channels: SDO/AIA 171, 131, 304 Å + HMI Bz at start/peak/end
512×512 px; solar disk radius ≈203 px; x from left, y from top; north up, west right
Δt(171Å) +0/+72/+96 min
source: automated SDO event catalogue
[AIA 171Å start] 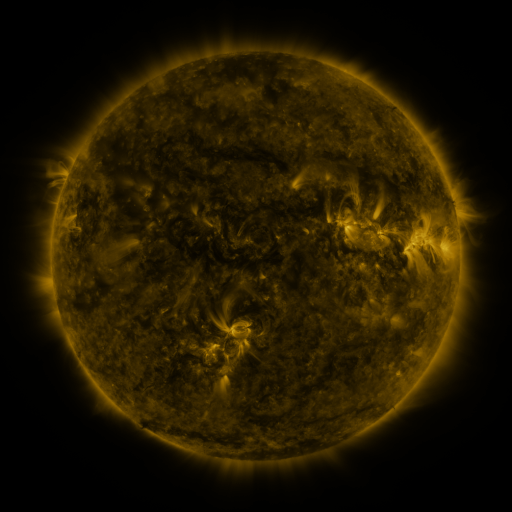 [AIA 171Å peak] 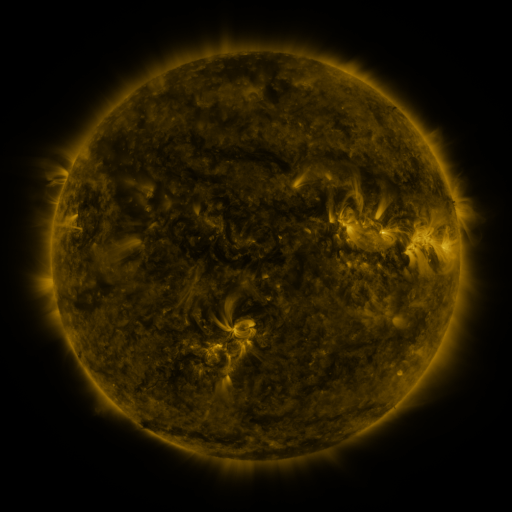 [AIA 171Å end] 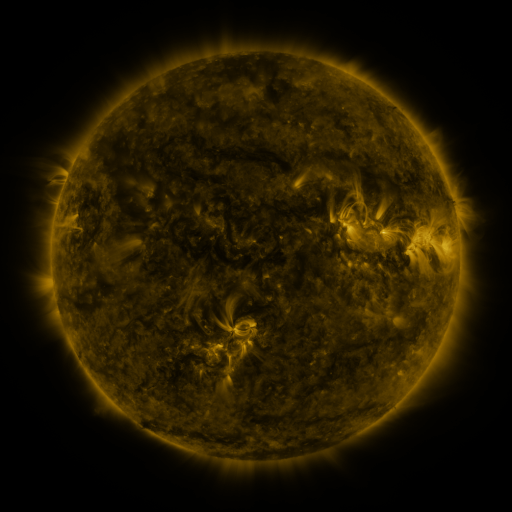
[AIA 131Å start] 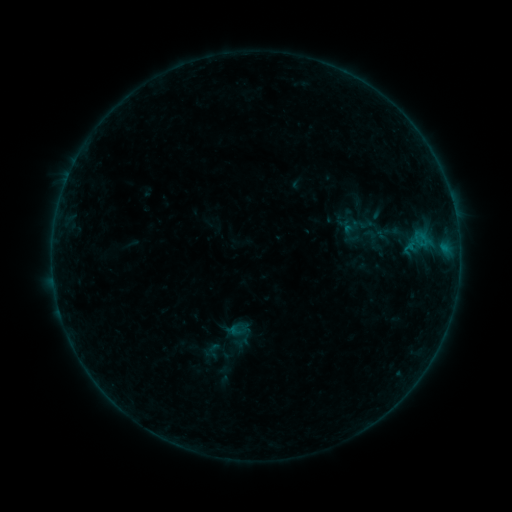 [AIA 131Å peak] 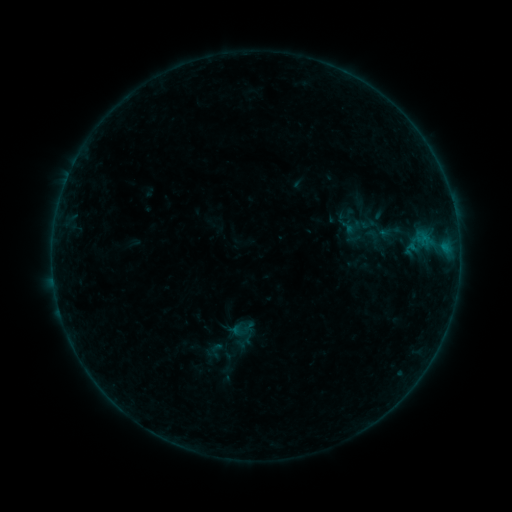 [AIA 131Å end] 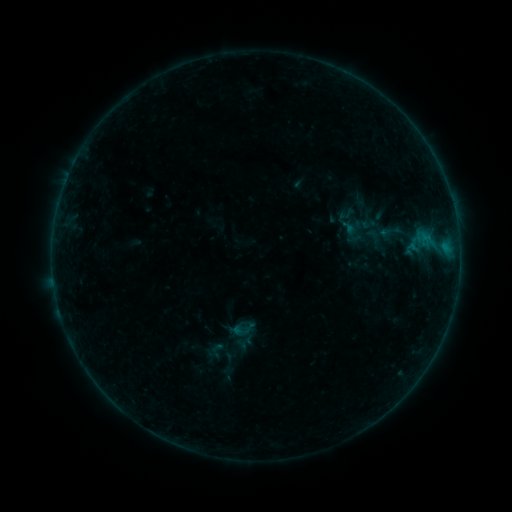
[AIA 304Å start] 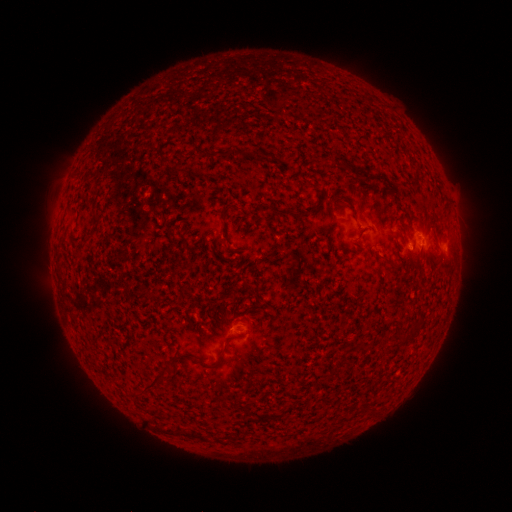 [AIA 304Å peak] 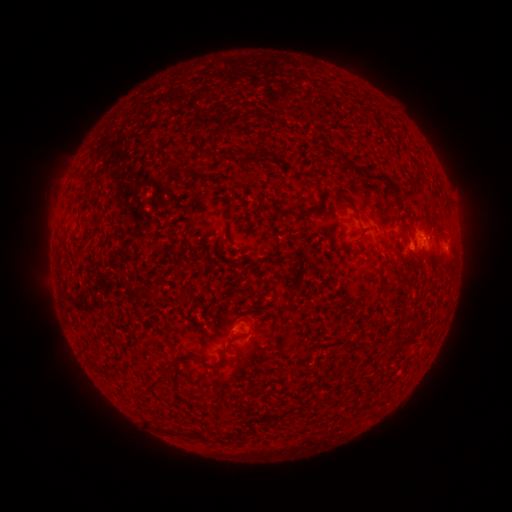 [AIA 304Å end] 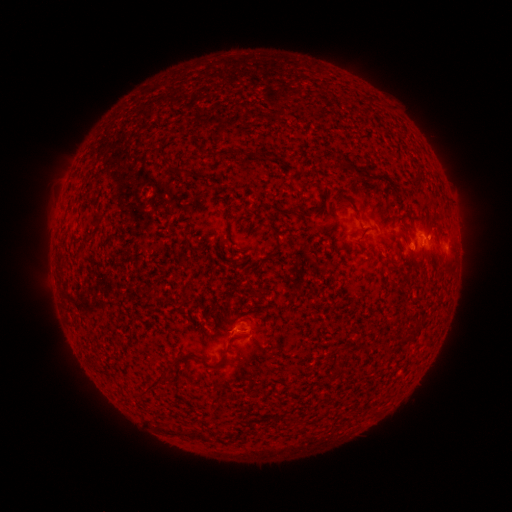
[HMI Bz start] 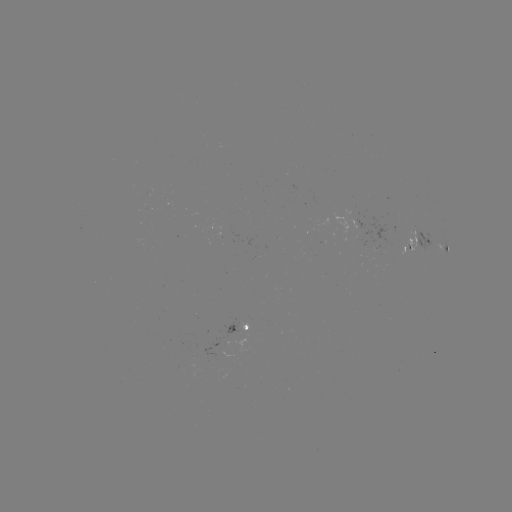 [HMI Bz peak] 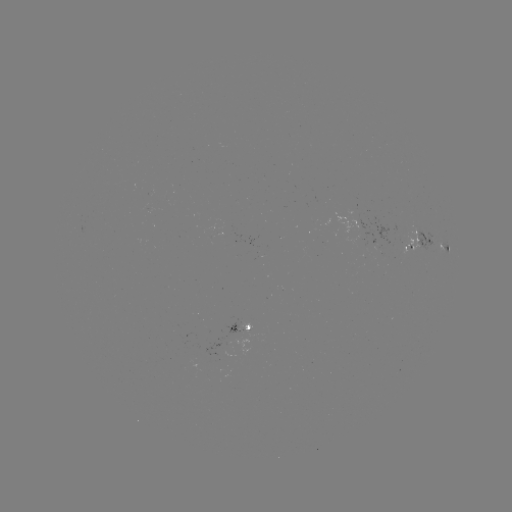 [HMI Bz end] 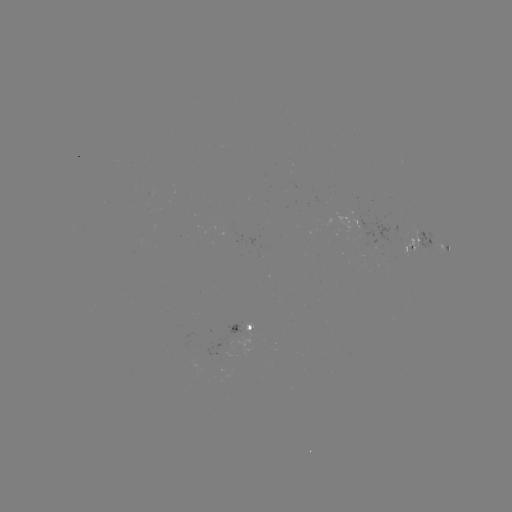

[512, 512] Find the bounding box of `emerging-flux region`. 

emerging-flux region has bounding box [223, 322, 244, 337].